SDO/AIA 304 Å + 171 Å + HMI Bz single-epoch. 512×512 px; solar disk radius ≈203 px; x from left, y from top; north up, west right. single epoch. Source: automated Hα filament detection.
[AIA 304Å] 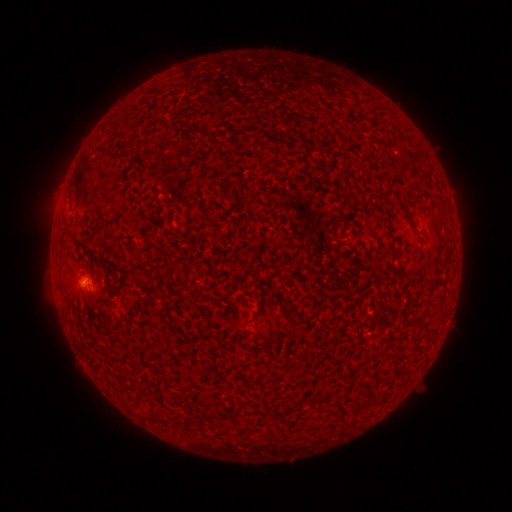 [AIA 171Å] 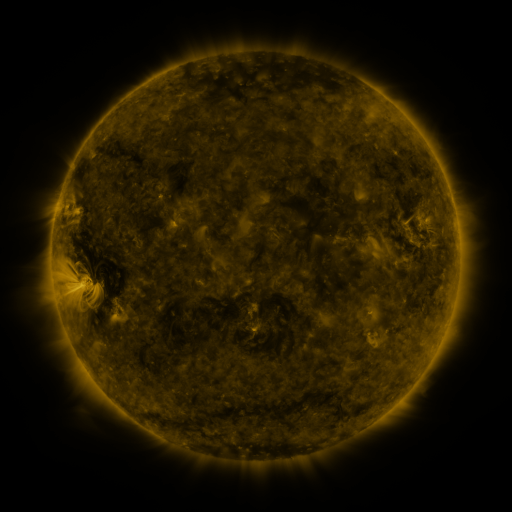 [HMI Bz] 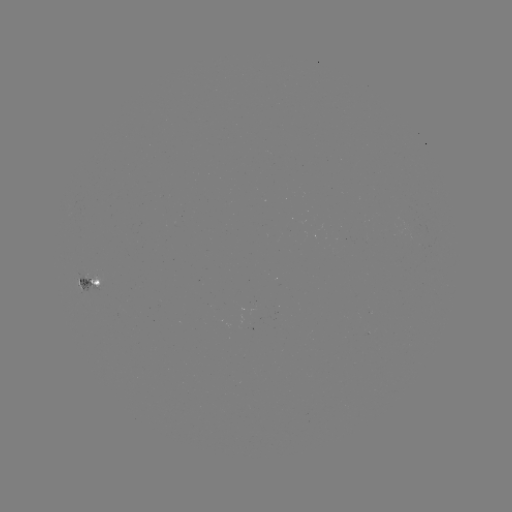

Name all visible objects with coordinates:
filament: (397, 151, 419, 173)
filament: (156, 152, 172, 161)
filament: (97, 299, 106, 309)
filament: (152, 346, 168, 357)
filament: (337, 399, 346, 423)
